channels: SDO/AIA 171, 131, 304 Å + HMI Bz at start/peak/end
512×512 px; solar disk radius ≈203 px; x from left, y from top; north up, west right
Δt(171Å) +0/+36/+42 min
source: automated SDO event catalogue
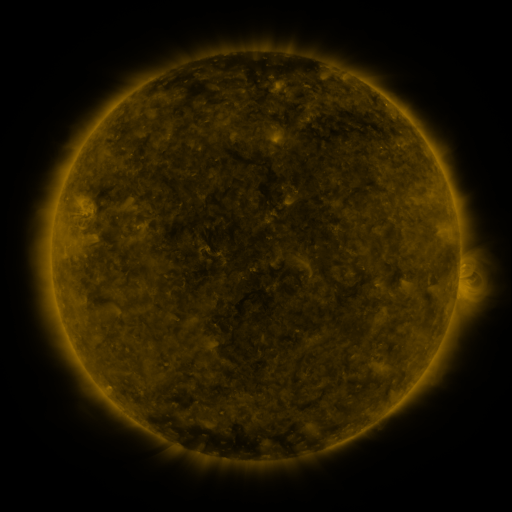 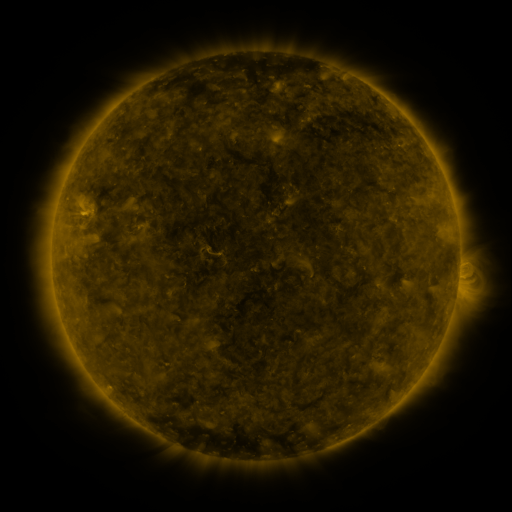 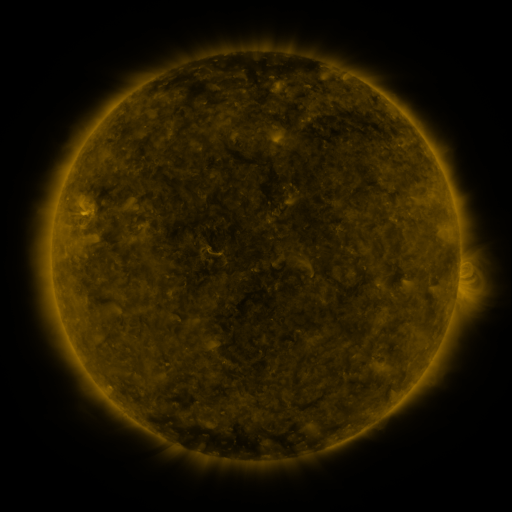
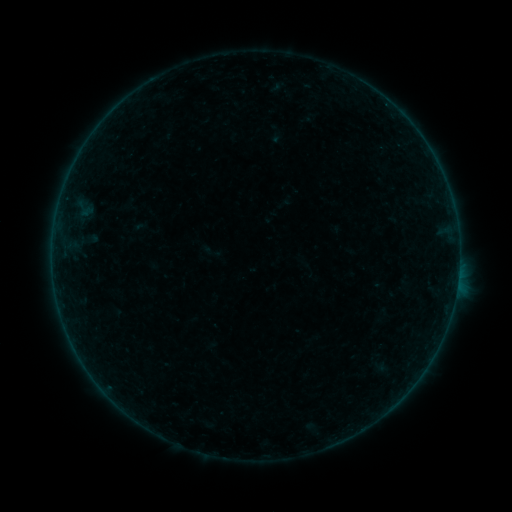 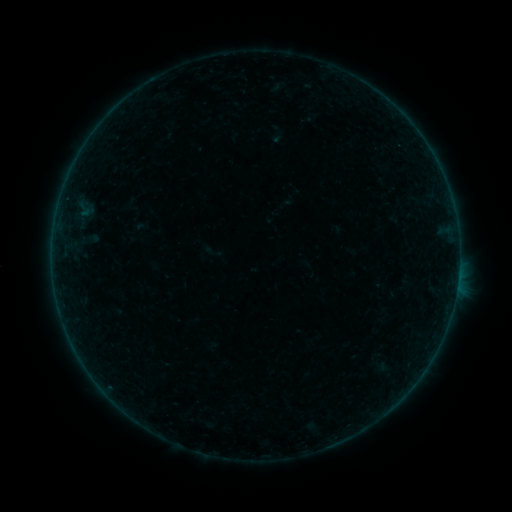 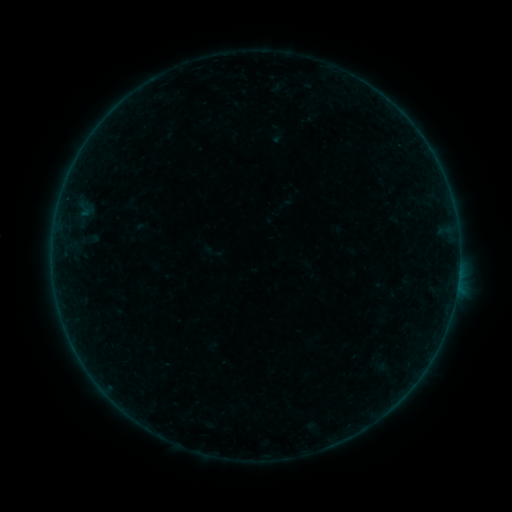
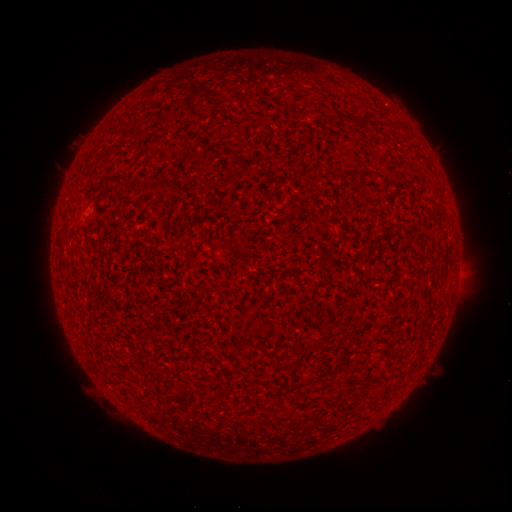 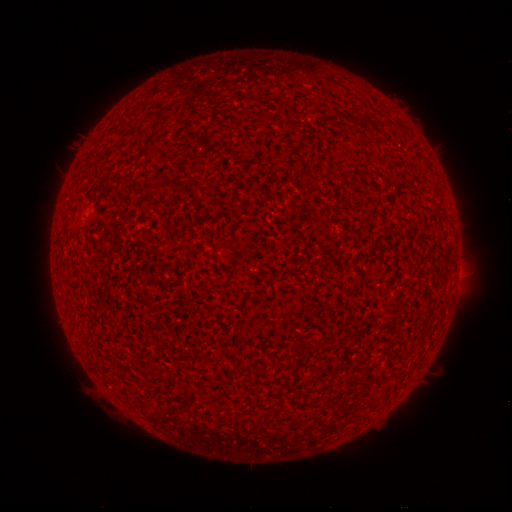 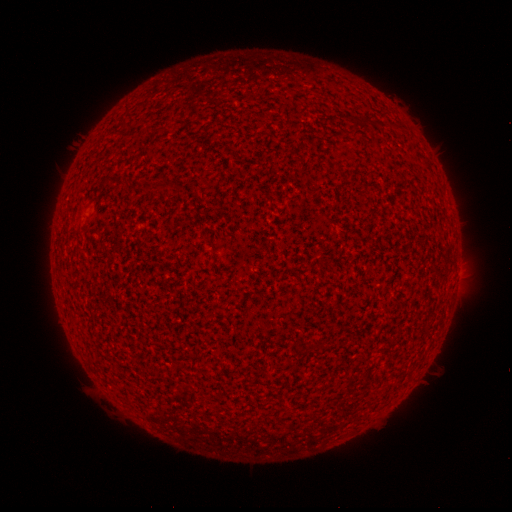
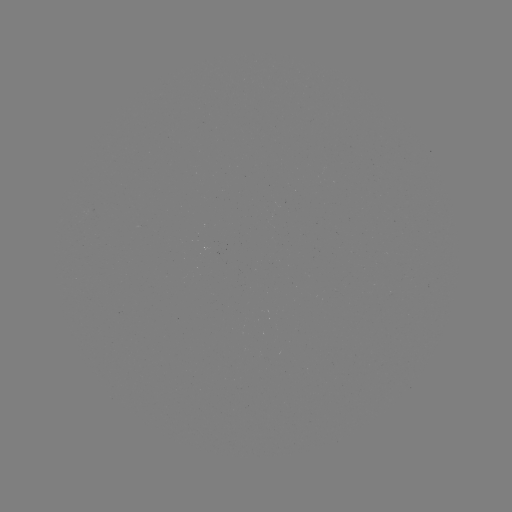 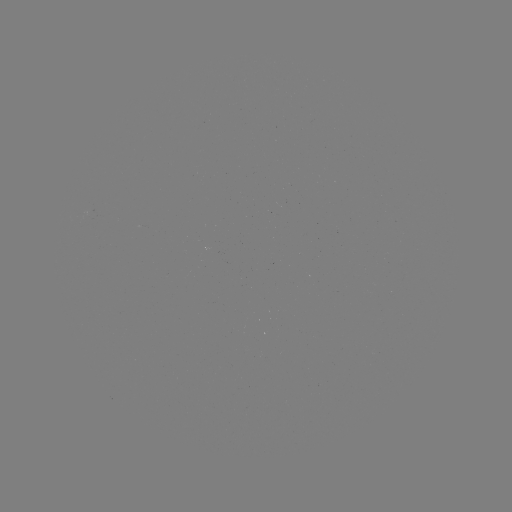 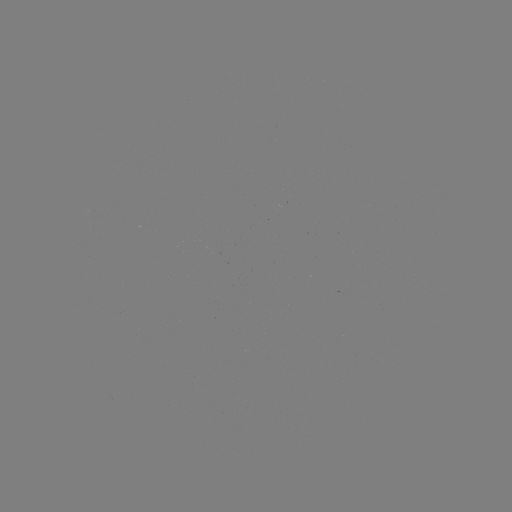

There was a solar flare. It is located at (458, 277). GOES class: A6.4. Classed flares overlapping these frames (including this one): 1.